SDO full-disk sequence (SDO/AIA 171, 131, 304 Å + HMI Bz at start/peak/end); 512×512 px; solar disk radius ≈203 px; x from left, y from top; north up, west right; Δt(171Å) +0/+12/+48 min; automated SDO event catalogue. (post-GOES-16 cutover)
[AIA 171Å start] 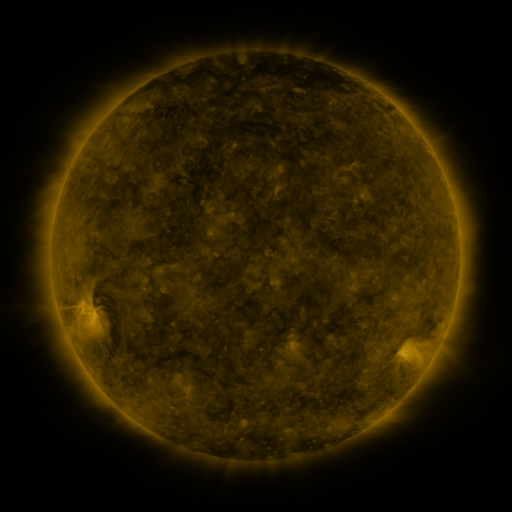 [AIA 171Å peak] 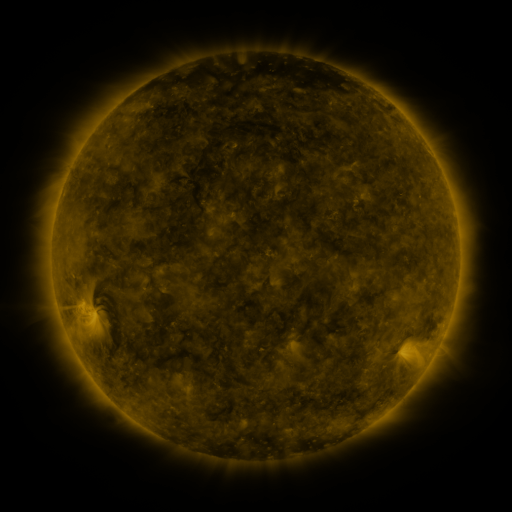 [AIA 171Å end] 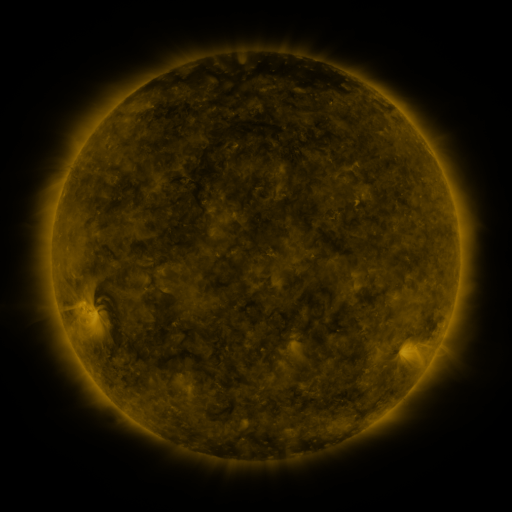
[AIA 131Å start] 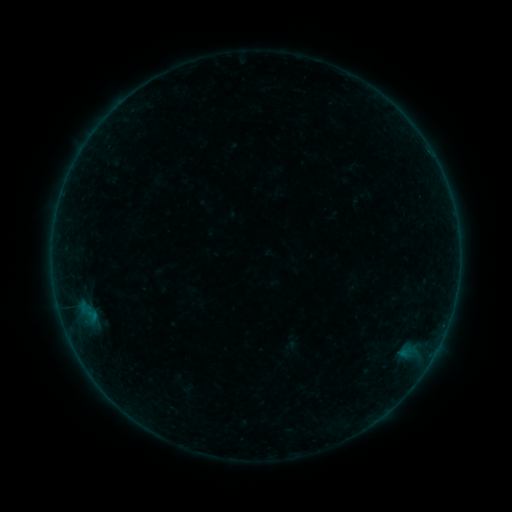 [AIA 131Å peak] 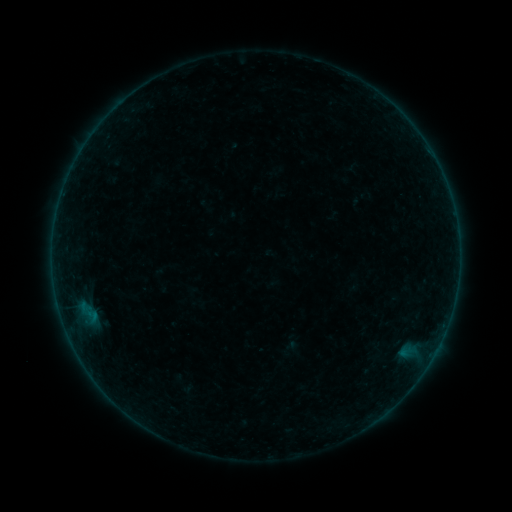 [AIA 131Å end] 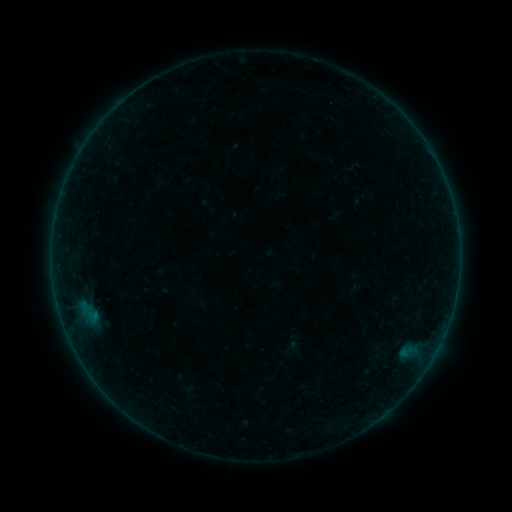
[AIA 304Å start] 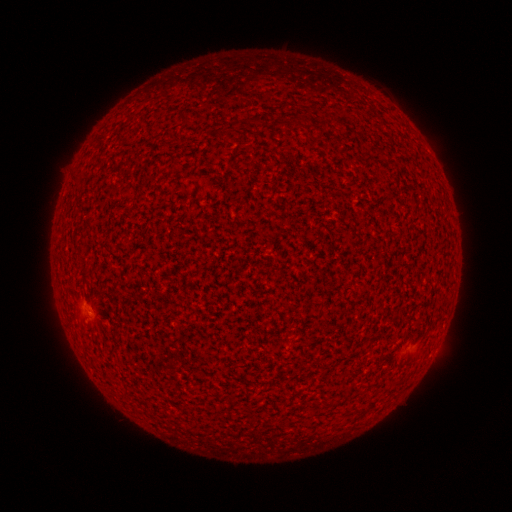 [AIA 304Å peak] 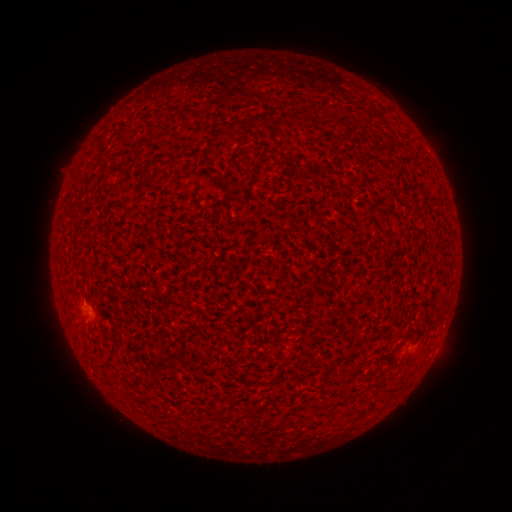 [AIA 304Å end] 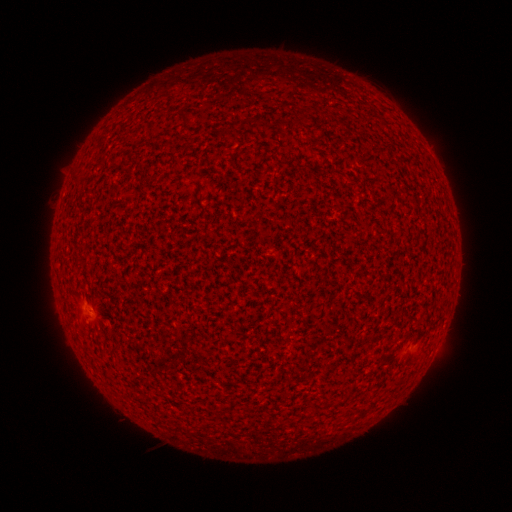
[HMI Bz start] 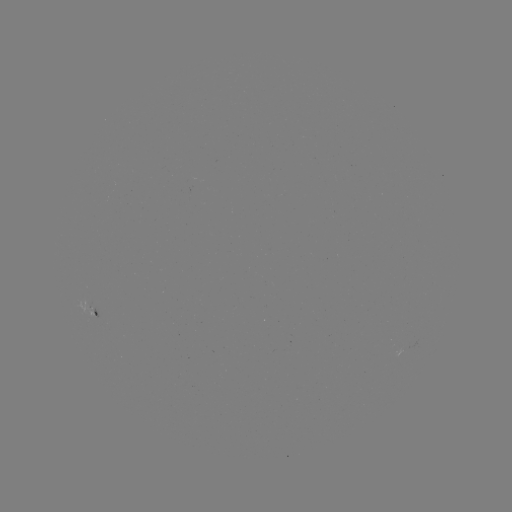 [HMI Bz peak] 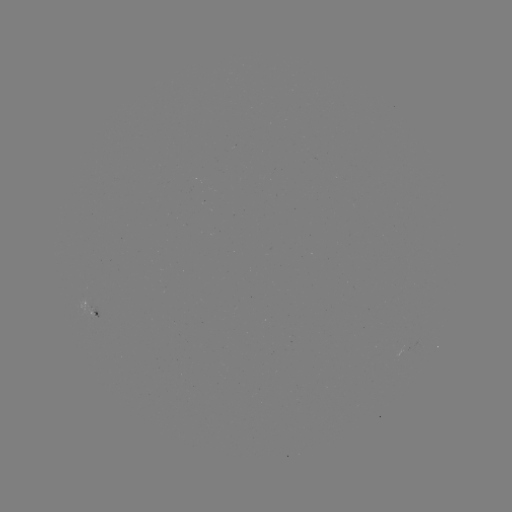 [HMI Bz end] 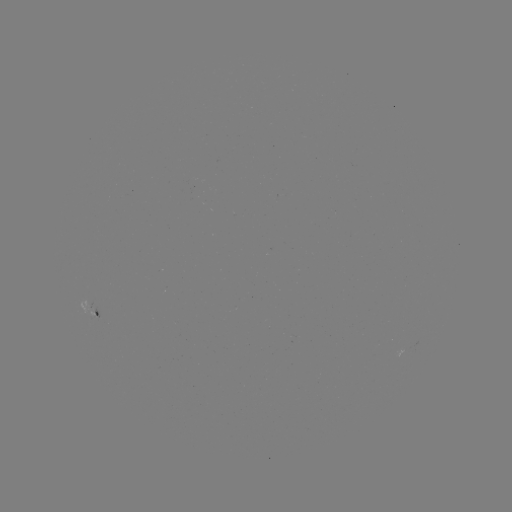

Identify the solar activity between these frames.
A3.8 flare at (87, 312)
